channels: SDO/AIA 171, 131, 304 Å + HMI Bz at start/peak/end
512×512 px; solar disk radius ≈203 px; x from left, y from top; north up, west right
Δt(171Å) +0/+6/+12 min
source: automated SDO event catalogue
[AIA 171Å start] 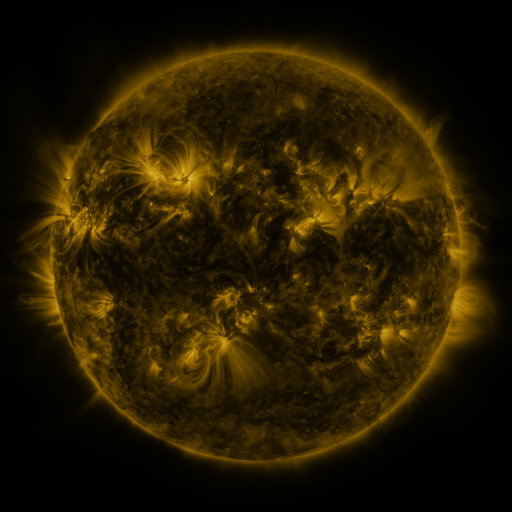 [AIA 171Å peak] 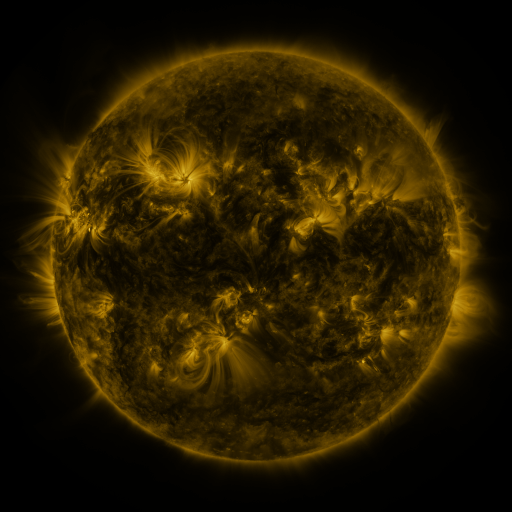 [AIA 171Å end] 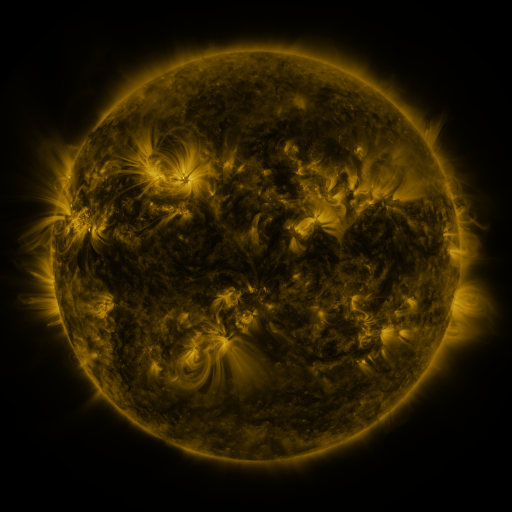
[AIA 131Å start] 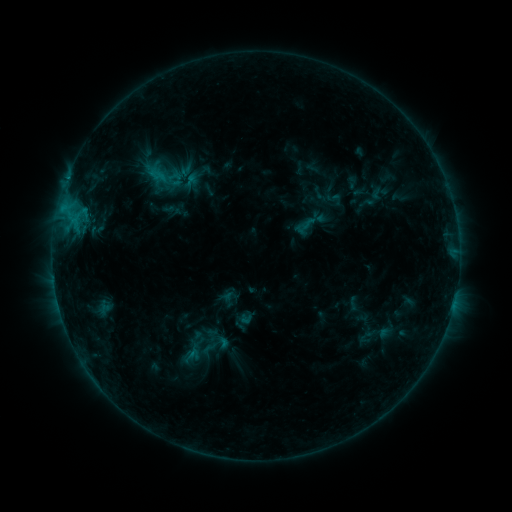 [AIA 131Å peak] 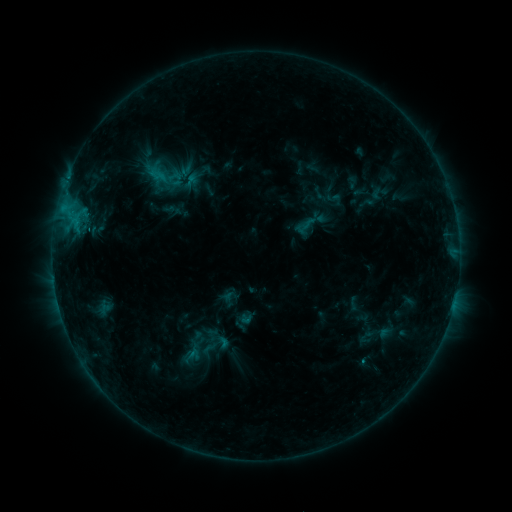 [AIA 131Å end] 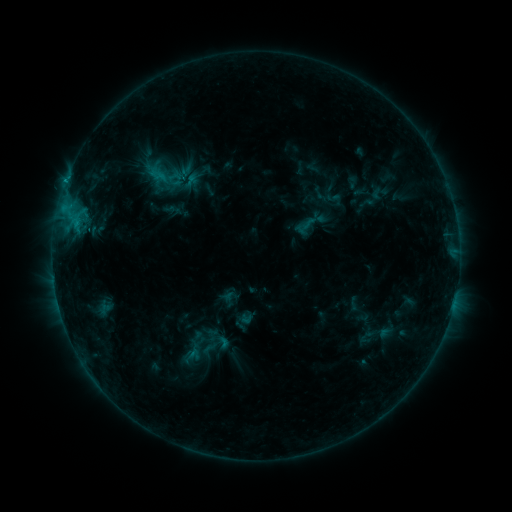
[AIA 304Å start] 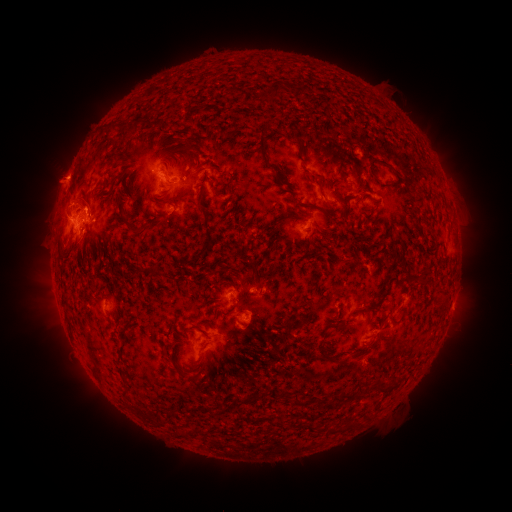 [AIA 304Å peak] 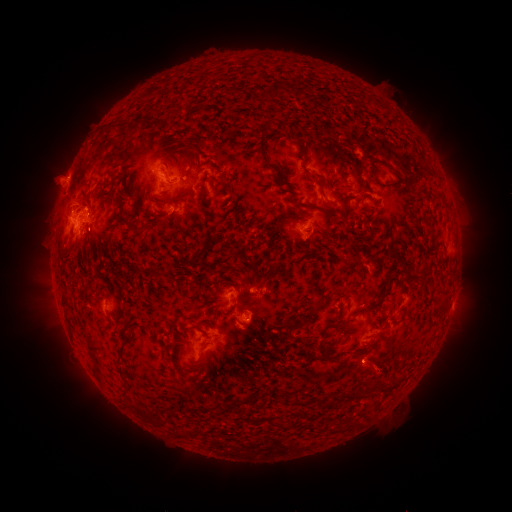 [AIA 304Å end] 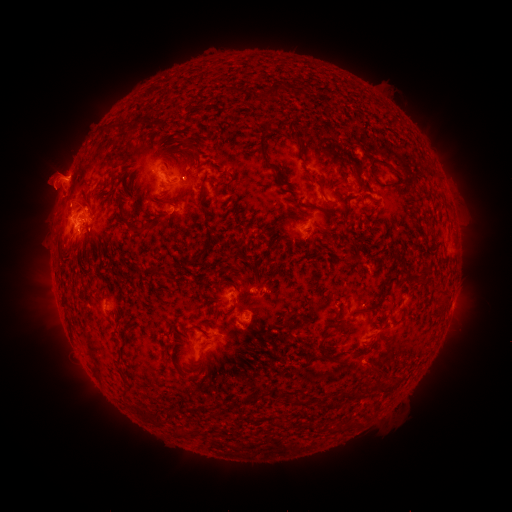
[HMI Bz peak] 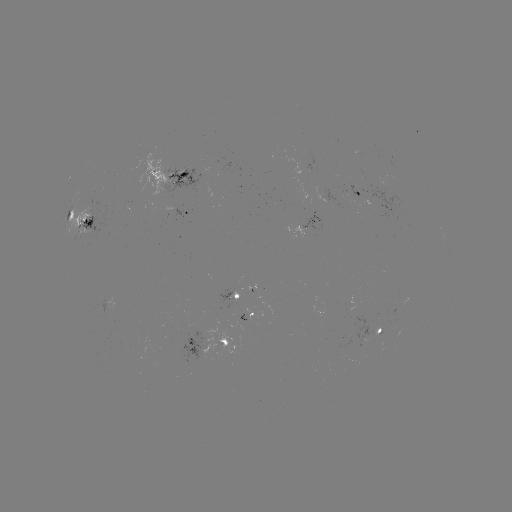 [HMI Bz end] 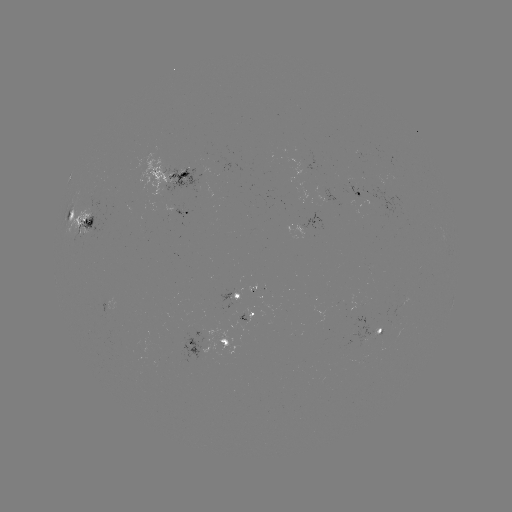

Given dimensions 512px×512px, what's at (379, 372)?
eruption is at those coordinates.